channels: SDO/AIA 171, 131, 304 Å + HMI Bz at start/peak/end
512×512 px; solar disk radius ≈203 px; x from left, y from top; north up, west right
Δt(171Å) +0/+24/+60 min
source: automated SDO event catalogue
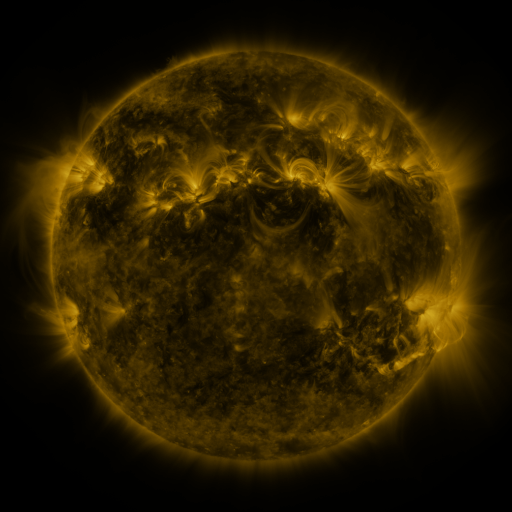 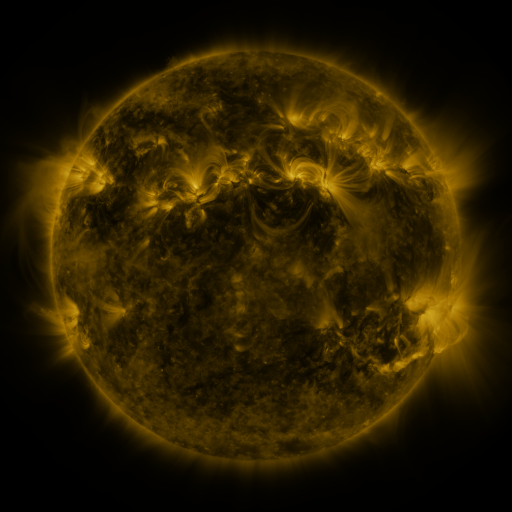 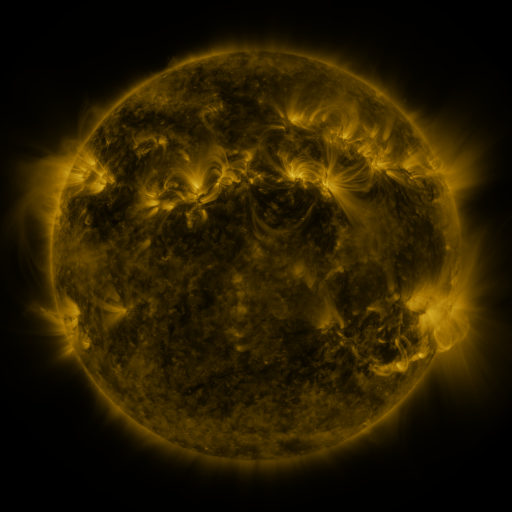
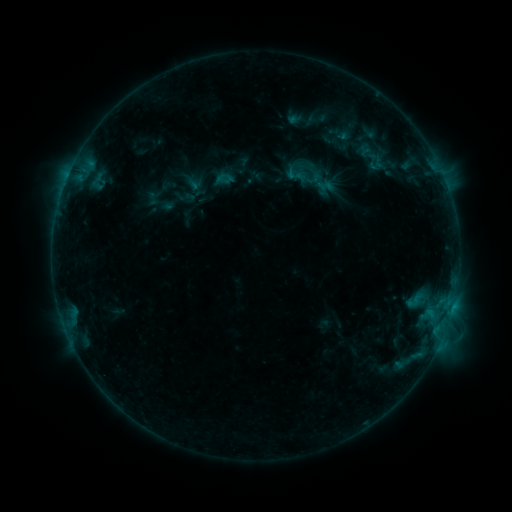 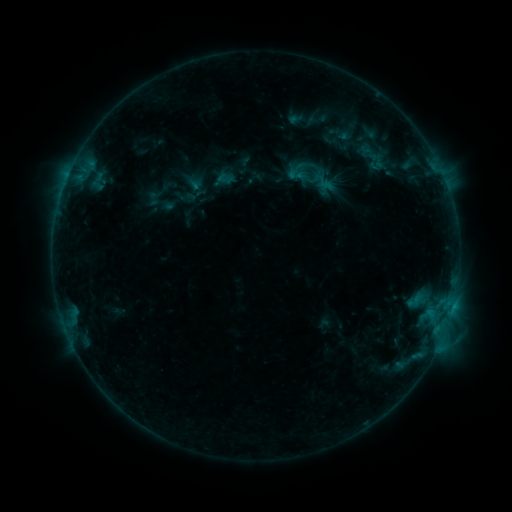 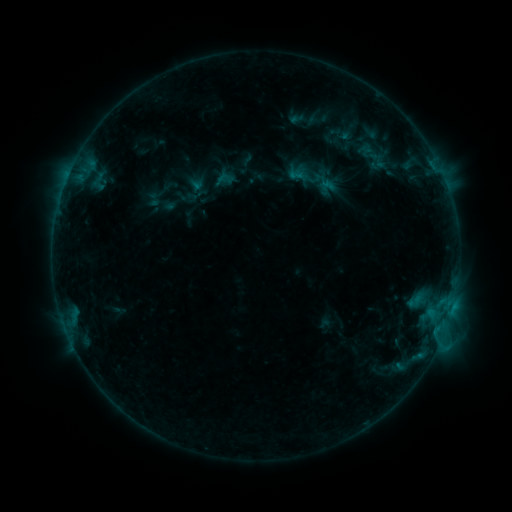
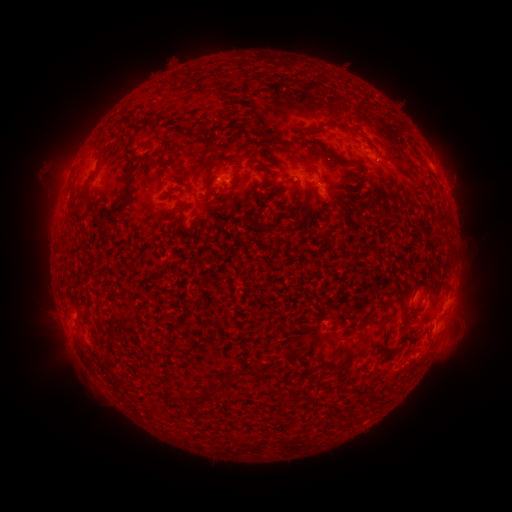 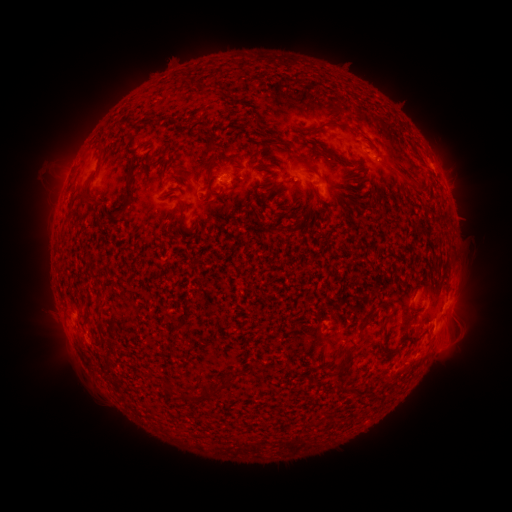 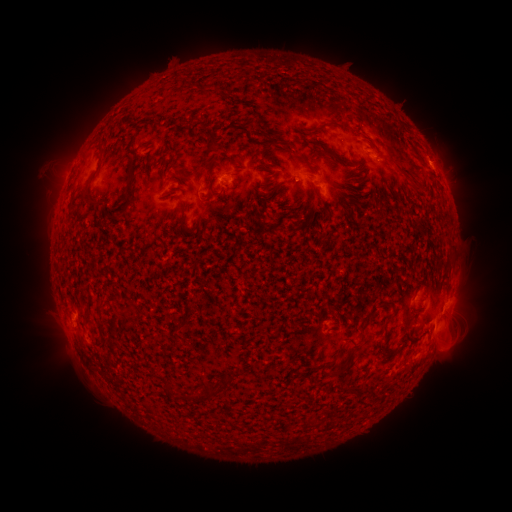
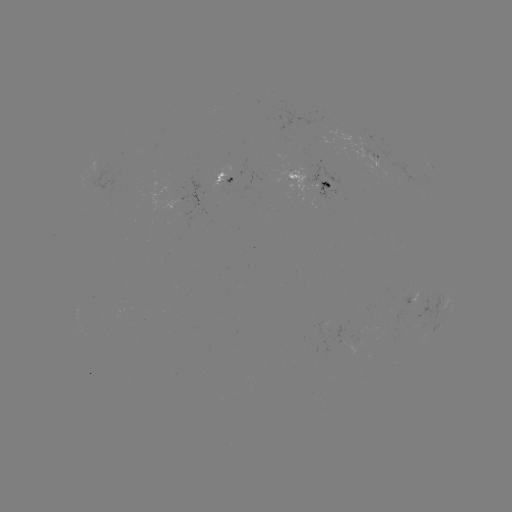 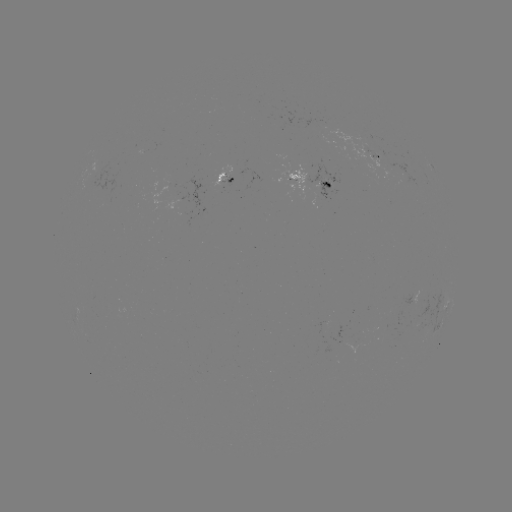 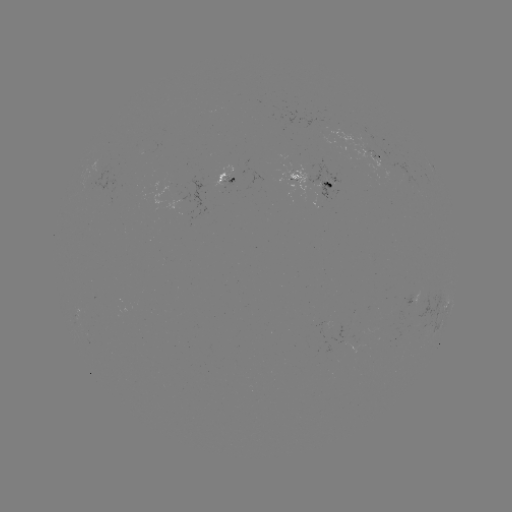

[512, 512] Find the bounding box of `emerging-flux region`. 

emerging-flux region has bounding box [349, 143, 373, 159].